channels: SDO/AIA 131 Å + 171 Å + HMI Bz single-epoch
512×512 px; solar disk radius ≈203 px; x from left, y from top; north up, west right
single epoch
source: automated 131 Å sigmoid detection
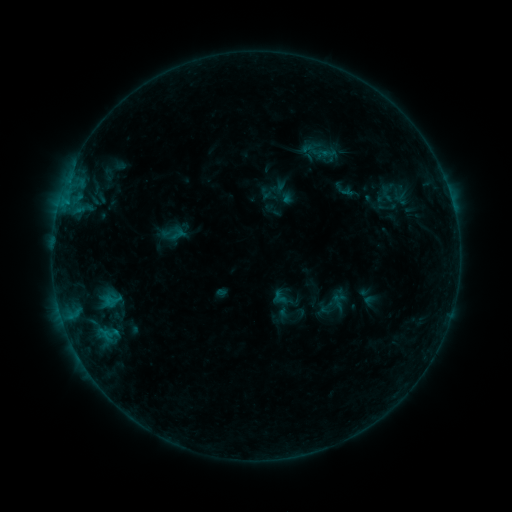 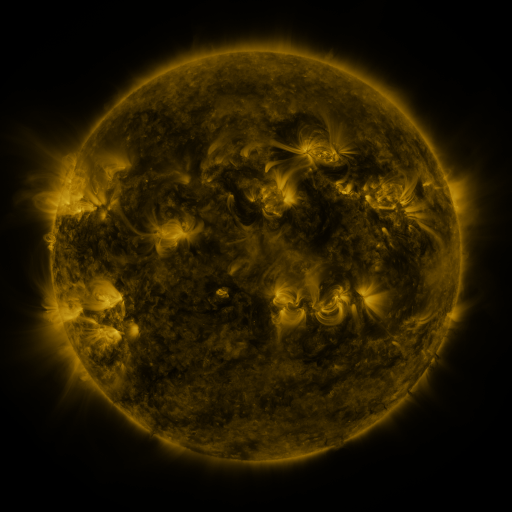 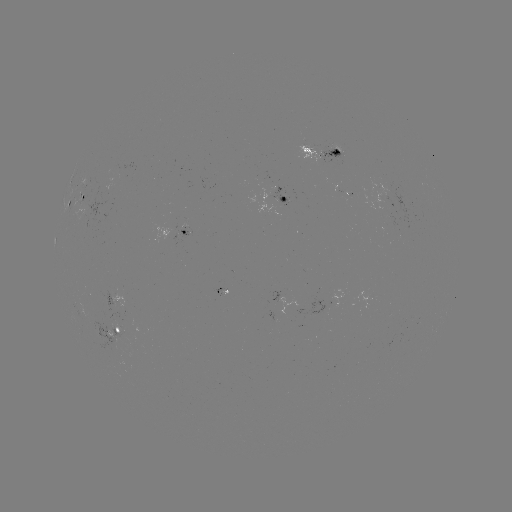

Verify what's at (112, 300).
sigmoid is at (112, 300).